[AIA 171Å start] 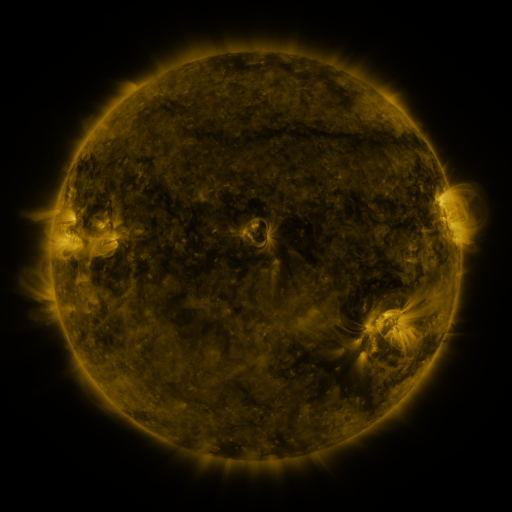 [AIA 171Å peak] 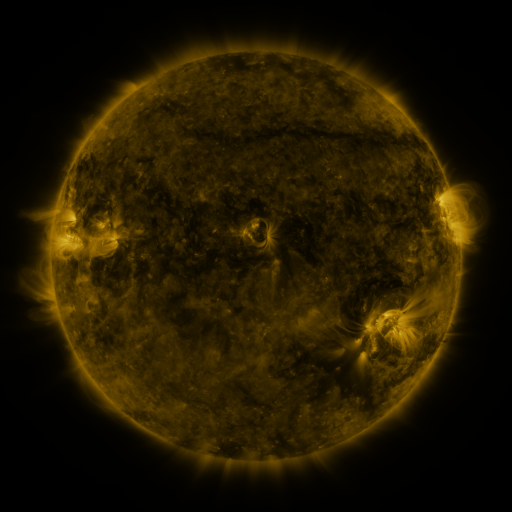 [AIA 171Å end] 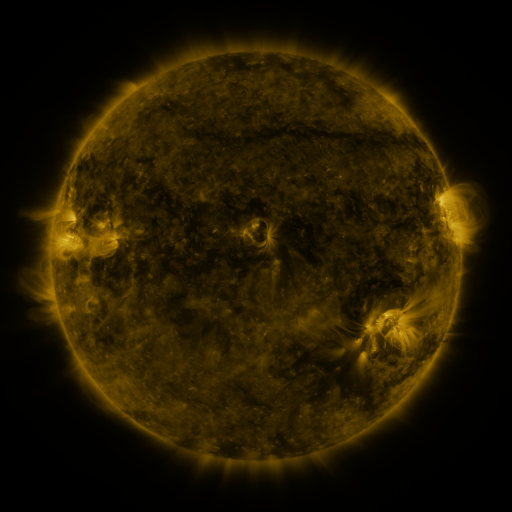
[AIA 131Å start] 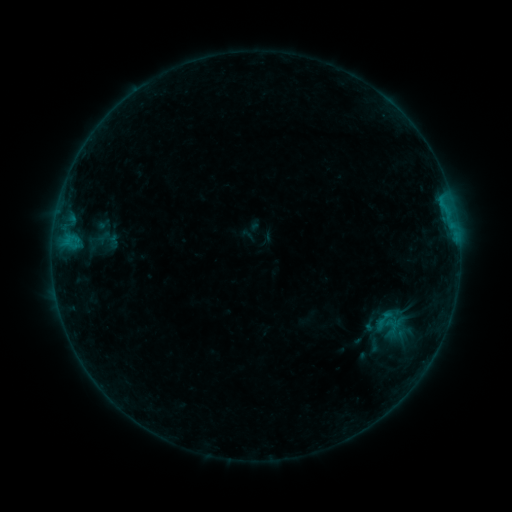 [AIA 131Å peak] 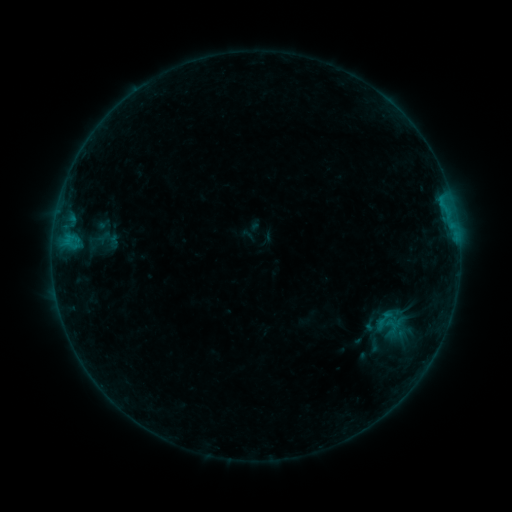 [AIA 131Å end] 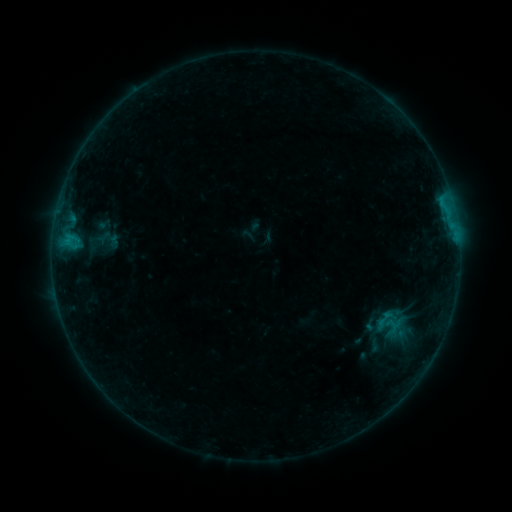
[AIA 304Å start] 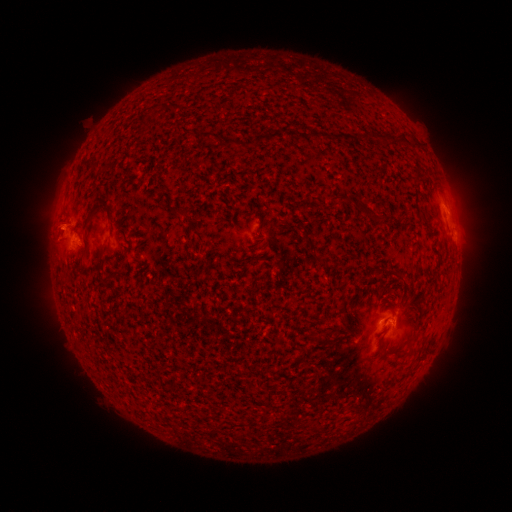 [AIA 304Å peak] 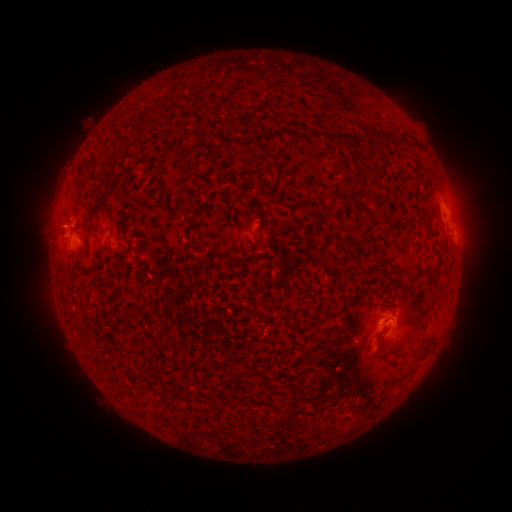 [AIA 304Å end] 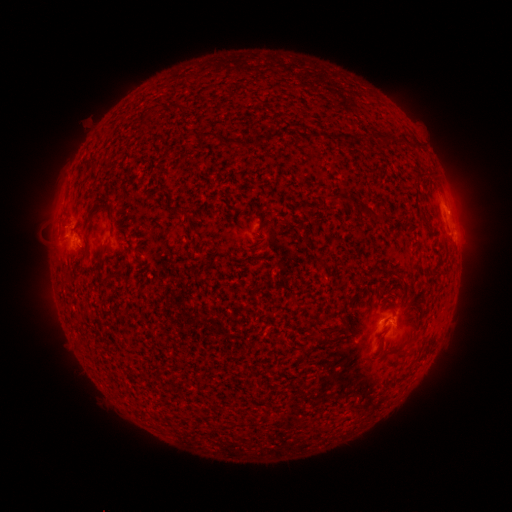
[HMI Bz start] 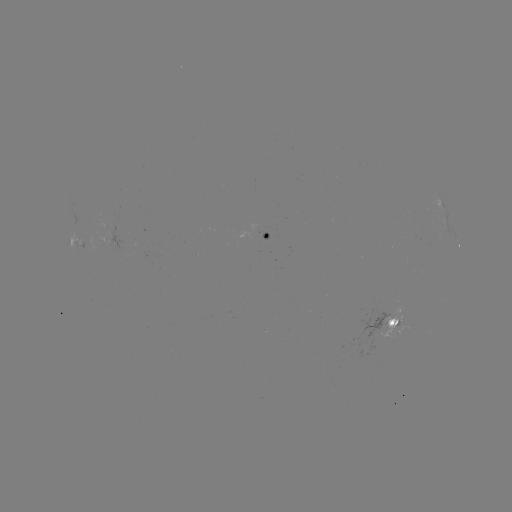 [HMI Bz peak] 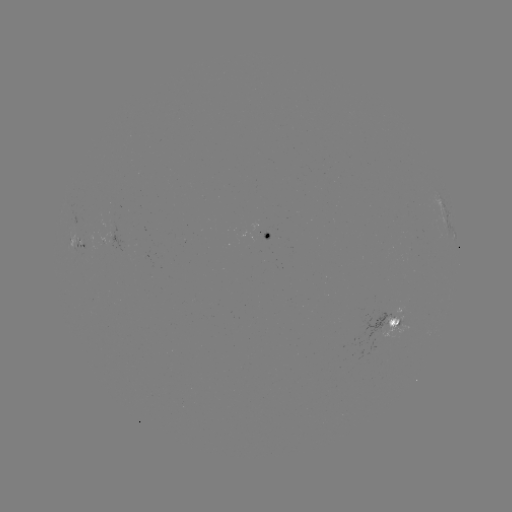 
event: eruption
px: (61, 223)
